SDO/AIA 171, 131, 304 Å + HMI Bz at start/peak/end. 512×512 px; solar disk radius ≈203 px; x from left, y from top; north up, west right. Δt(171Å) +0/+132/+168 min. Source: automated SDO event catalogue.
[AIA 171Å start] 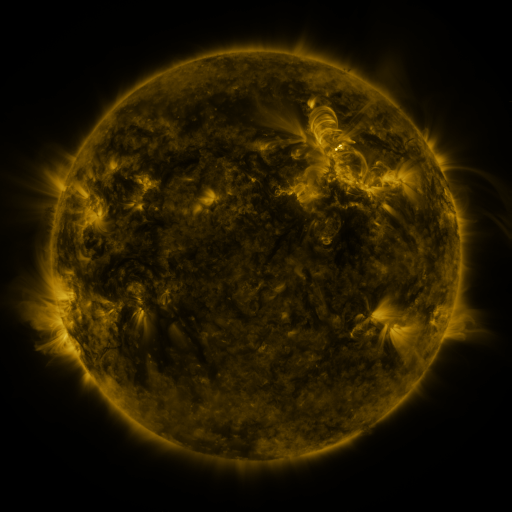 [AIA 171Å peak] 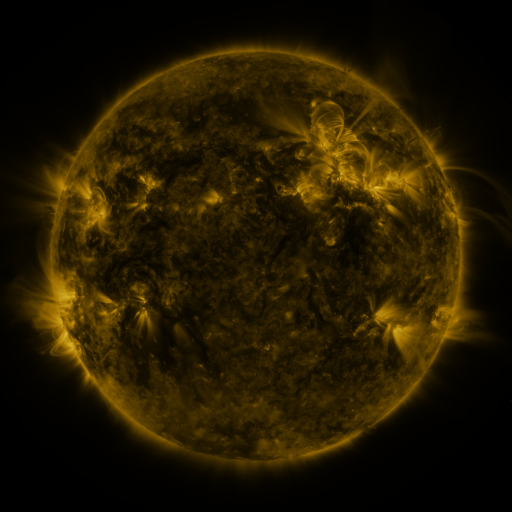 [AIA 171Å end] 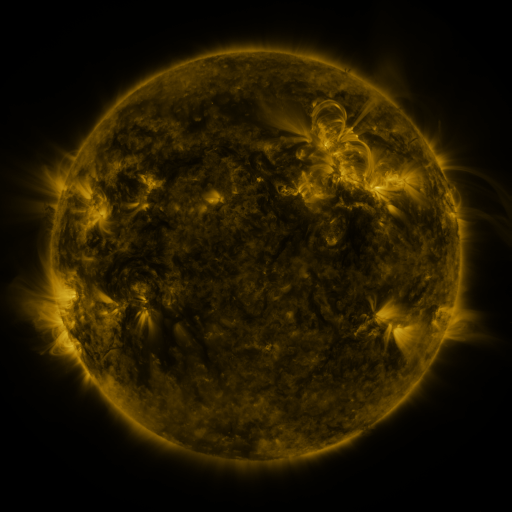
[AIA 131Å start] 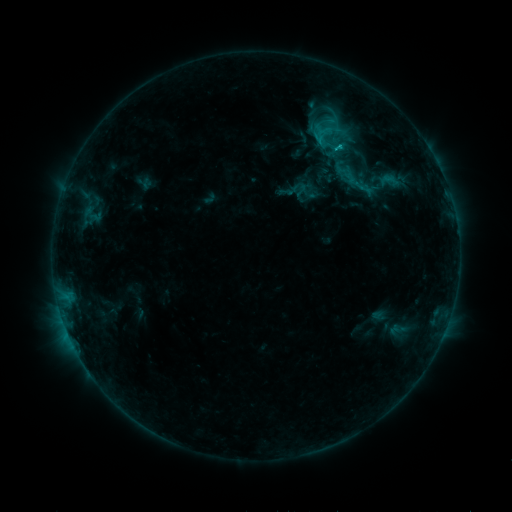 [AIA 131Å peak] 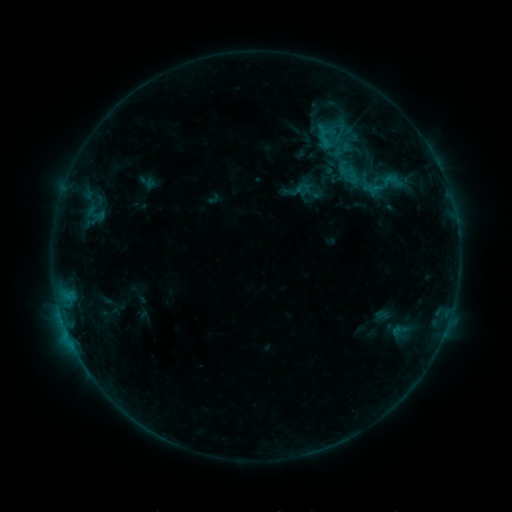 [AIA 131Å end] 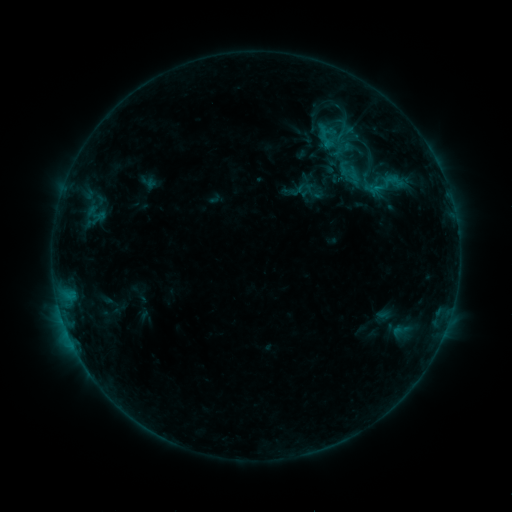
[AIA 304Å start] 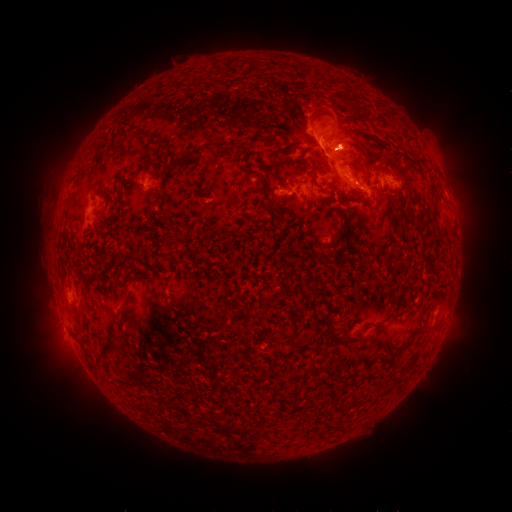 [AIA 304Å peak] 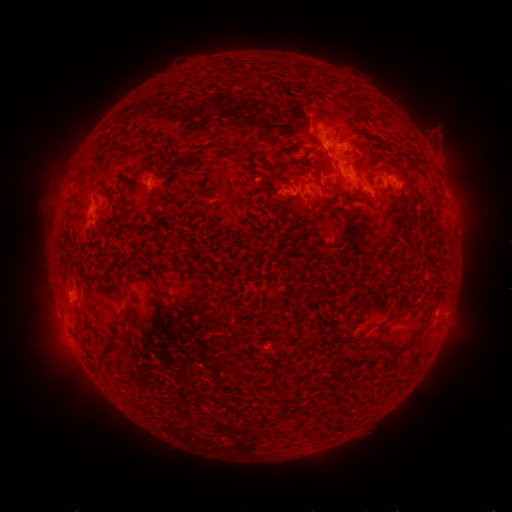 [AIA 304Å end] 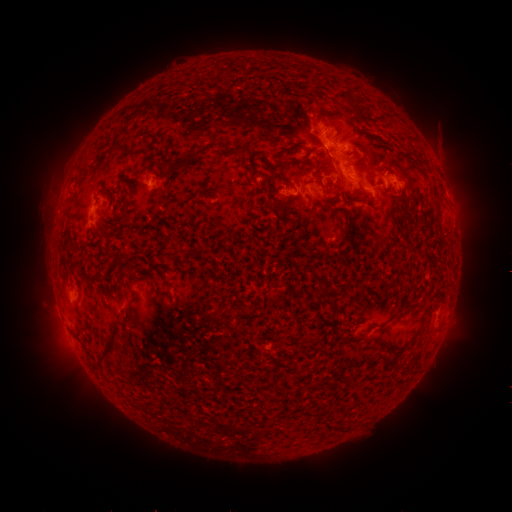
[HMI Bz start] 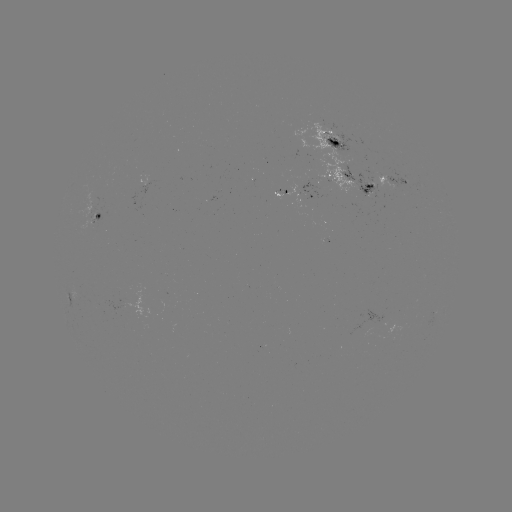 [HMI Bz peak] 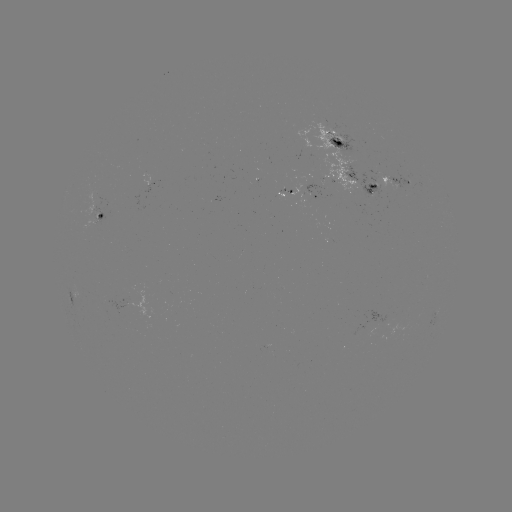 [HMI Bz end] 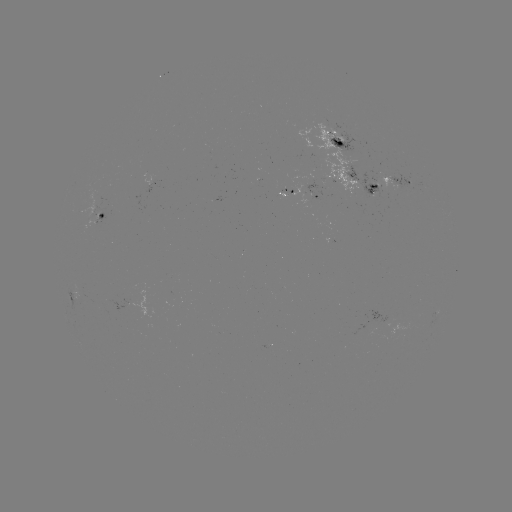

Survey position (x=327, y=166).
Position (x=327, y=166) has emerging-flux region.